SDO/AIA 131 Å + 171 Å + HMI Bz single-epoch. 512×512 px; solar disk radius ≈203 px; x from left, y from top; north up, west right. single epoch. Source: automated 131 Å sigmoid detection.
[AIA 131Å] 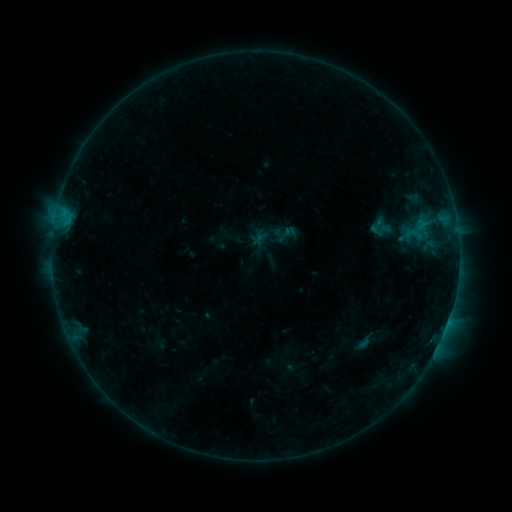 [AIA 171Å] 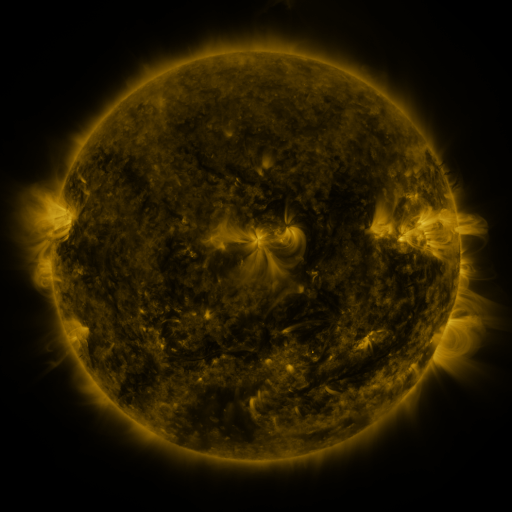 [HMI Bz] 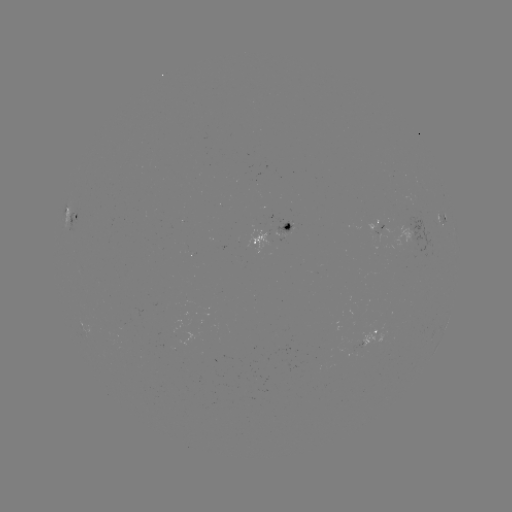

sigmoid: (369, 220, 392, 239)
